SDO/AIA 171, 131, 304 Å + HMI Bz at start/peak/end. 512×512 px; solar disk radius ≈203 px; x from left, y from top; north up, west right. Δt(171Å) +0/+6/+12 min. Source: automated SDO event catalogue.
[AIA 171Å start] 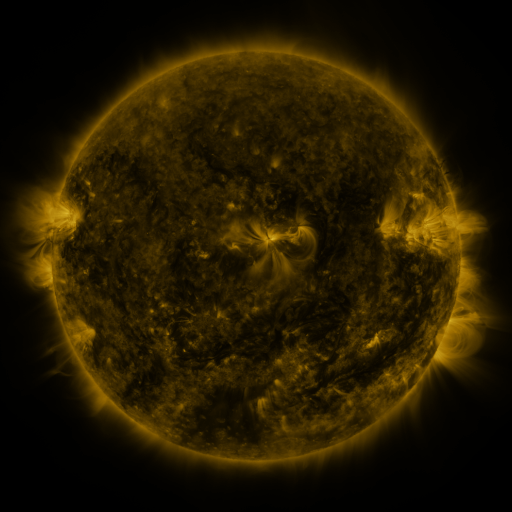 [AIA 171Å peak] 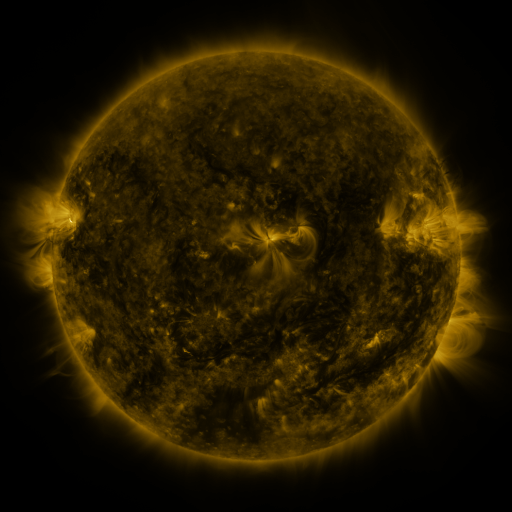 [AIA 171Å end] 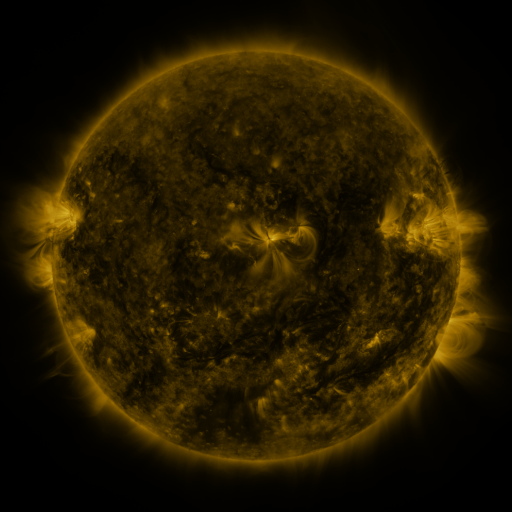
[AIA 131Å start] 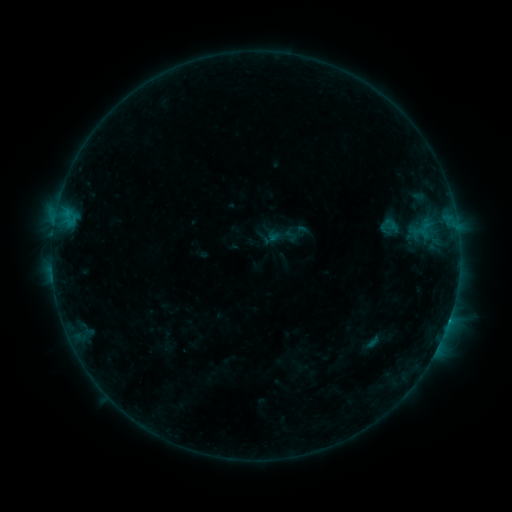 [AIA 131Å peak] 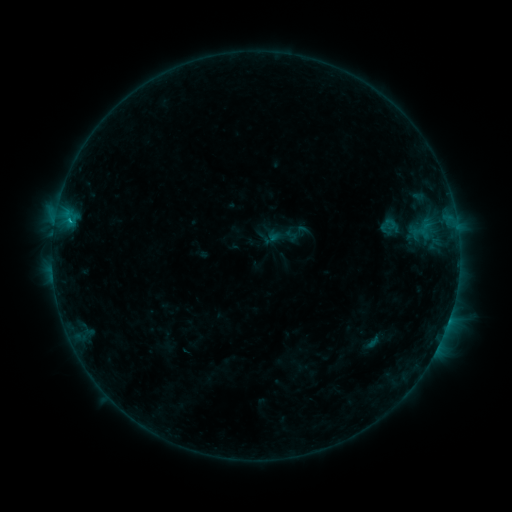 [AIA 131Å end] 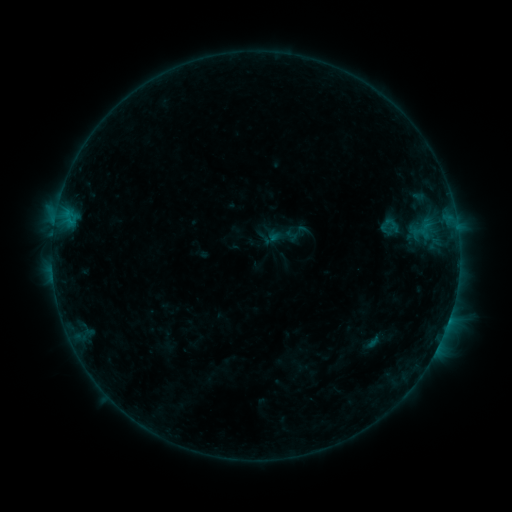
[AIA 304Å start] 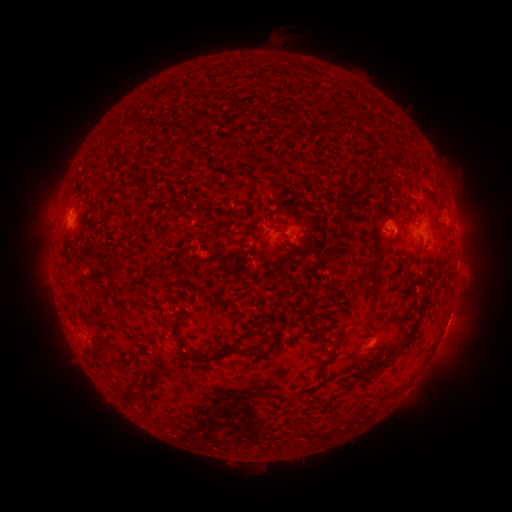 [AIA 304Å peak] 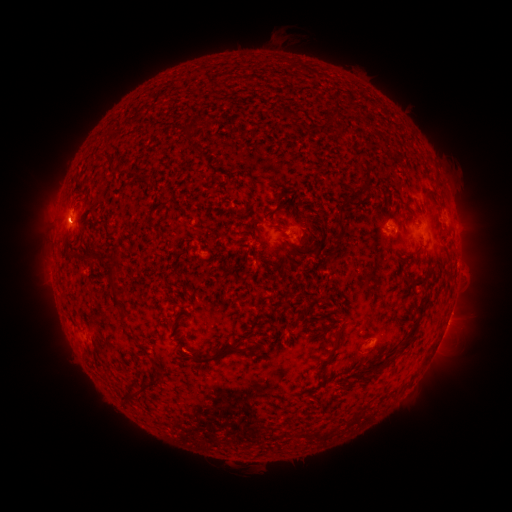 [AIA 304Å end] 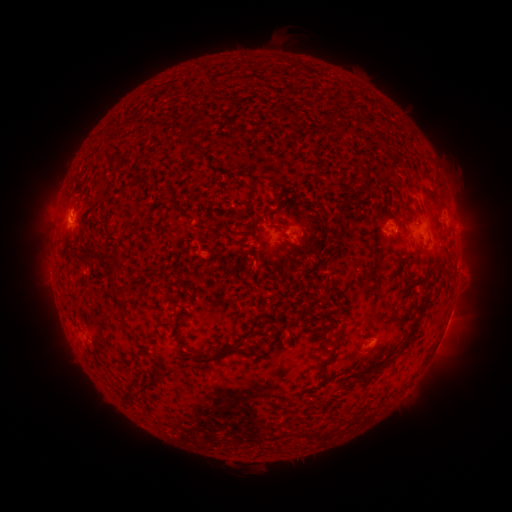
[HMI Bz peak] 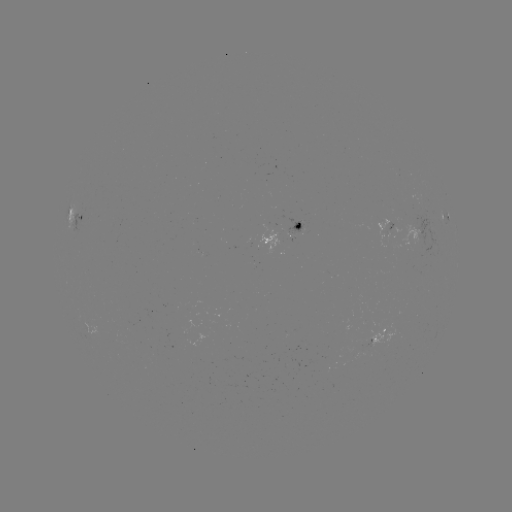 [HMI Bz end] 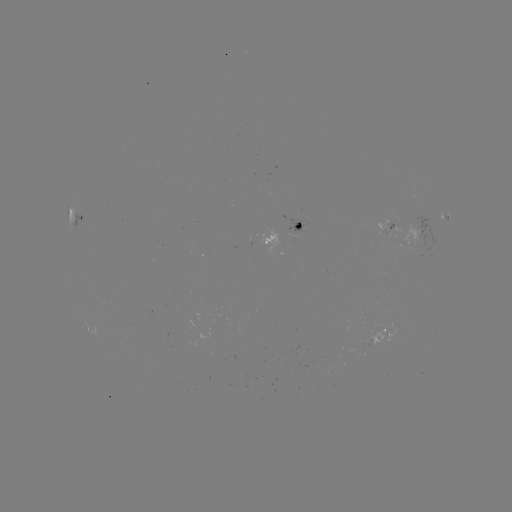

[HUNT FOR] B4.5 flare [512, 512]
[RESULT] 70,222